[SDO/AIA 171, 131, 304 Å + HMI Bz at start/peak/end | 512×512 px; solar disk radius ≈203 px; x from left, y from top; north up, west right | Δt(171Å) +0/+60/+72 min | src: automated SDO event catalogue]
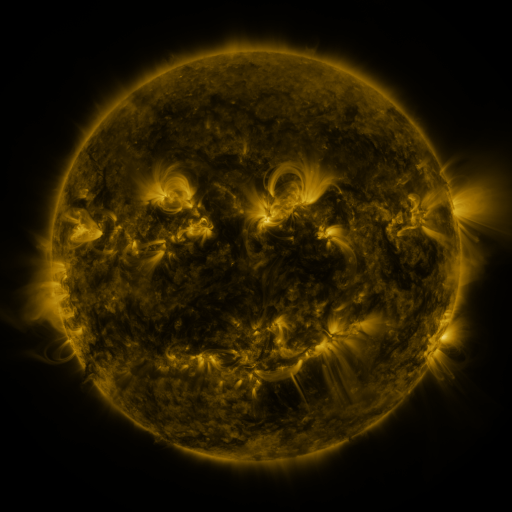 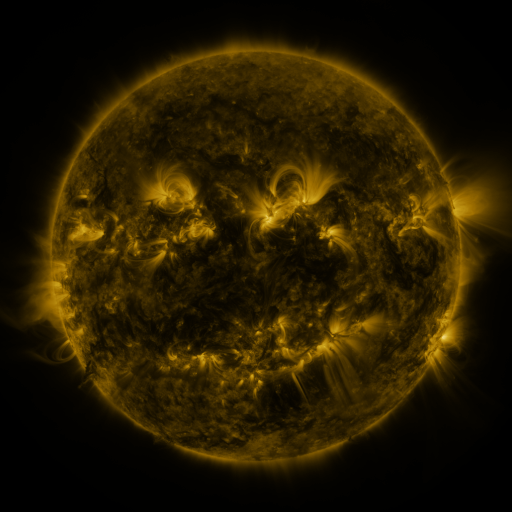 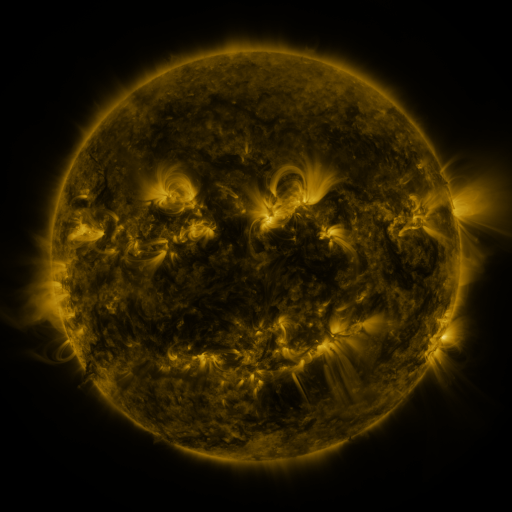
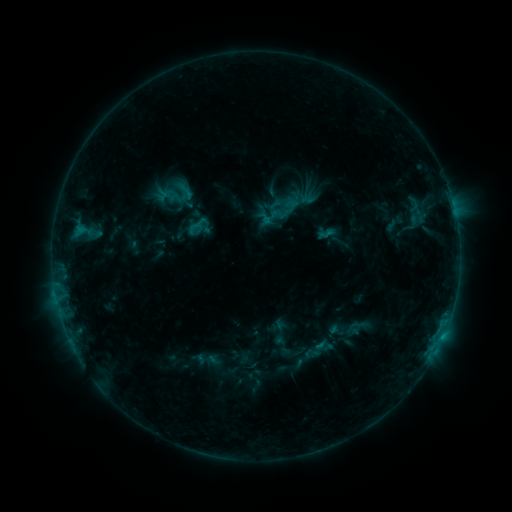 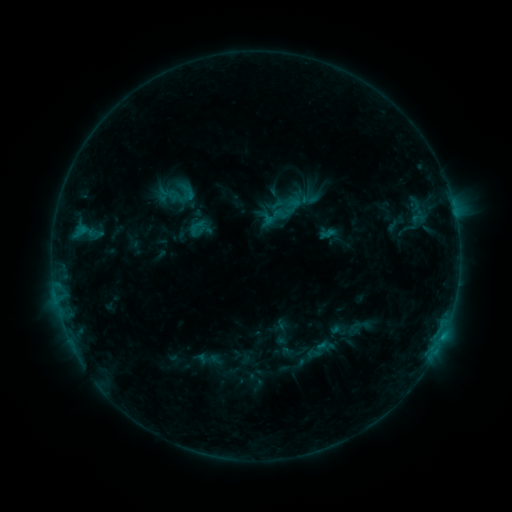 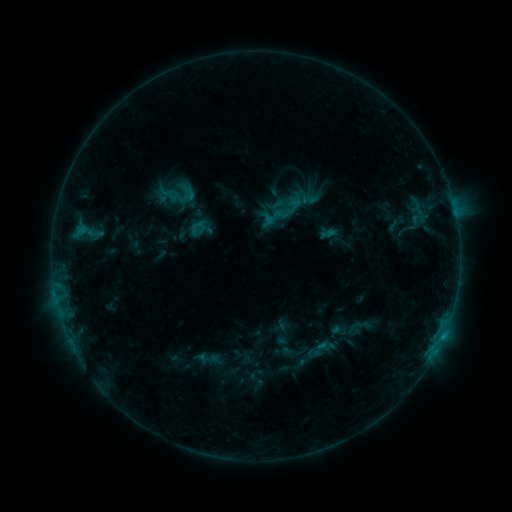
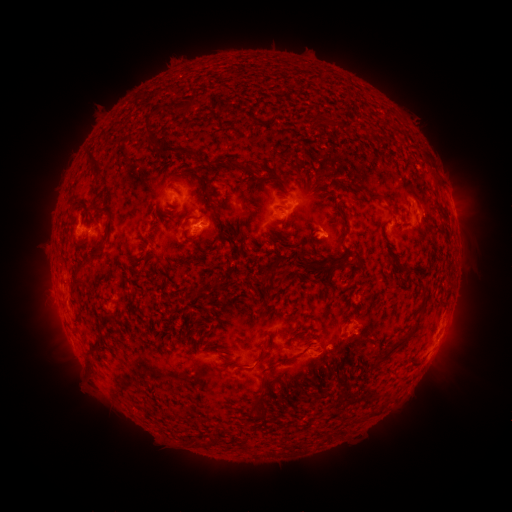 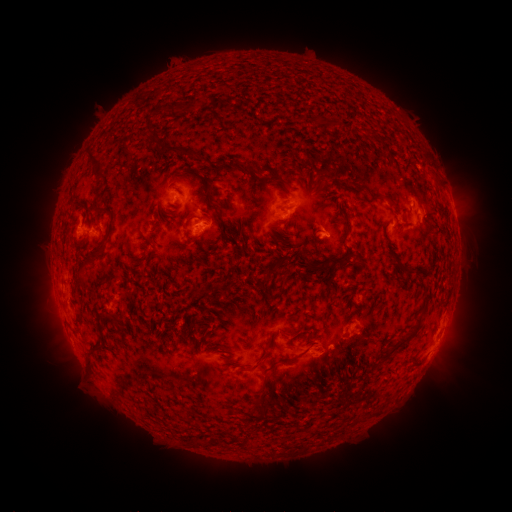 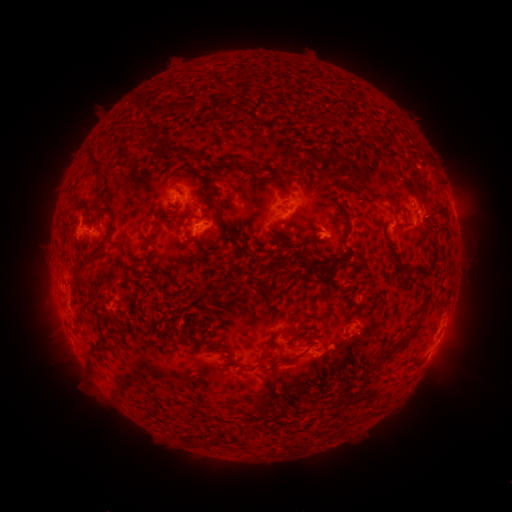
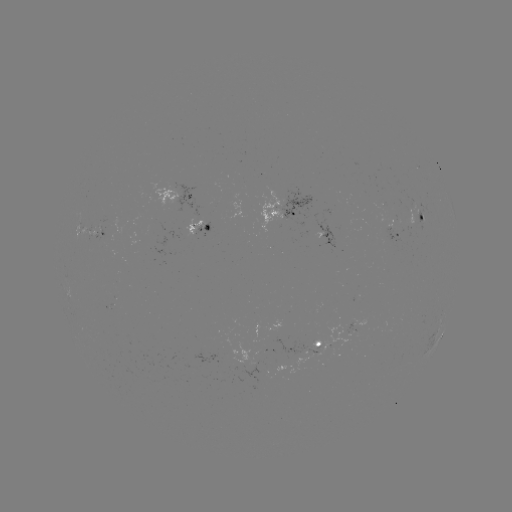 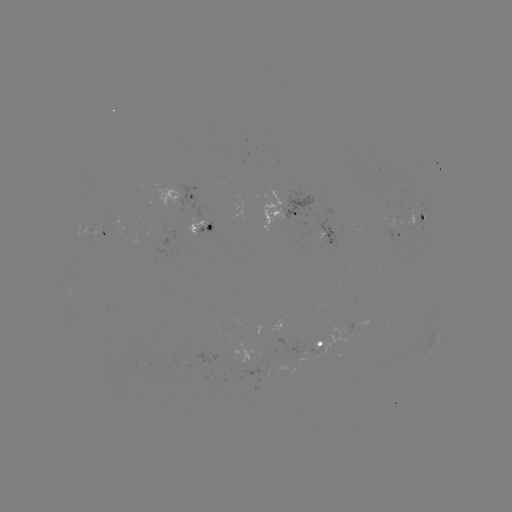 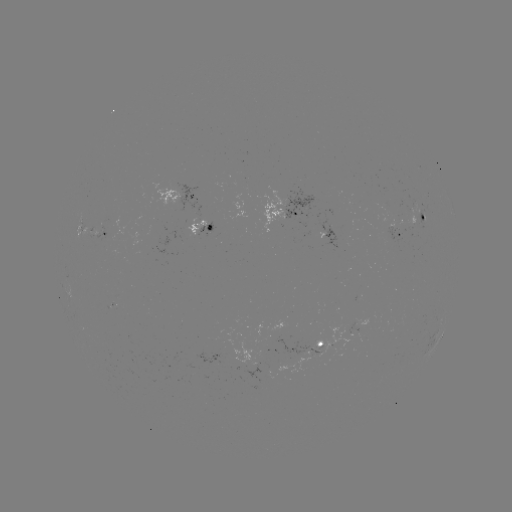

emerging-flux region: <bbox>374, 215, 411, 240</bbox>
